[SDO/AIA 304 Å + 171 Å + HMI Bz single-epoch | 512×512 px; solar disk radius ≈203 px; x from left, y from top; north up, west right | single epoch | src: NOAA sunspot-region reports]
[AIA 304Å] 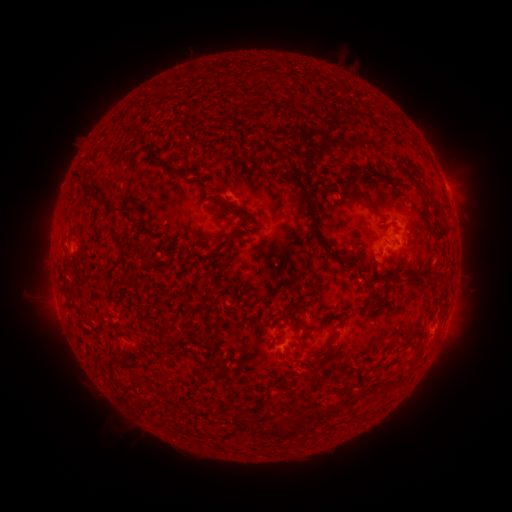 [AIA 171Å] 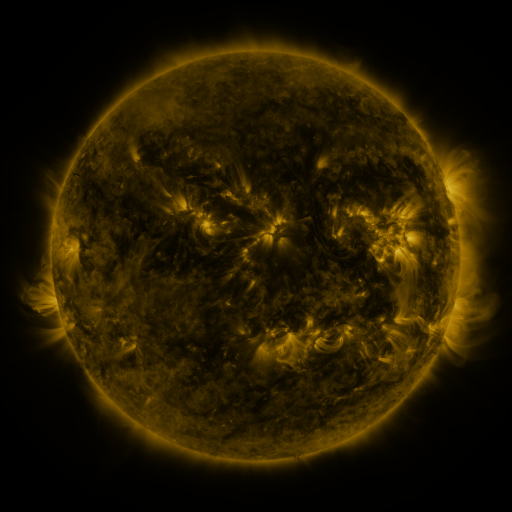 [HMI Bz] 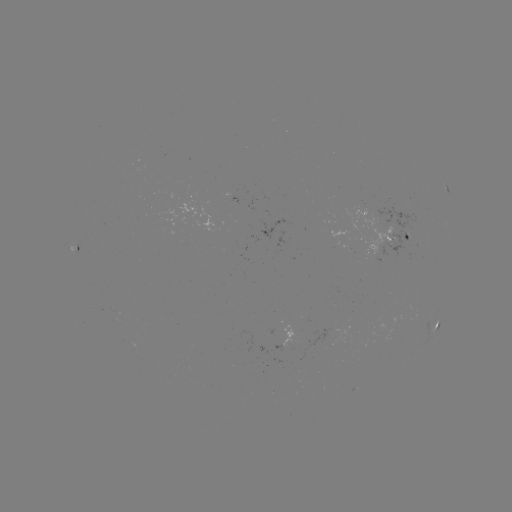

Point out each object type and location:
spotted active region: (448, 189)
spotted active region: (400, 237)
spotted active region: (72, 245)
spotted active region: (438, 322)
